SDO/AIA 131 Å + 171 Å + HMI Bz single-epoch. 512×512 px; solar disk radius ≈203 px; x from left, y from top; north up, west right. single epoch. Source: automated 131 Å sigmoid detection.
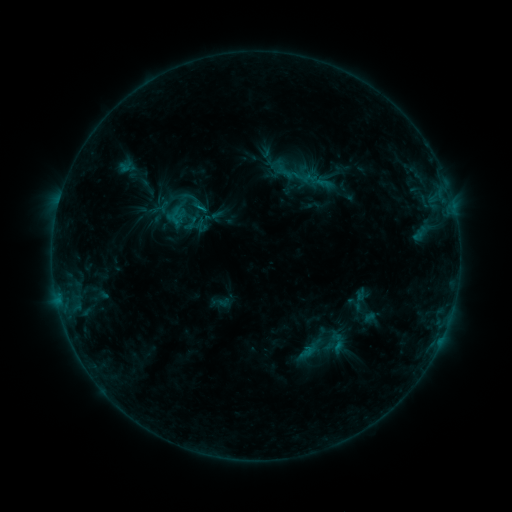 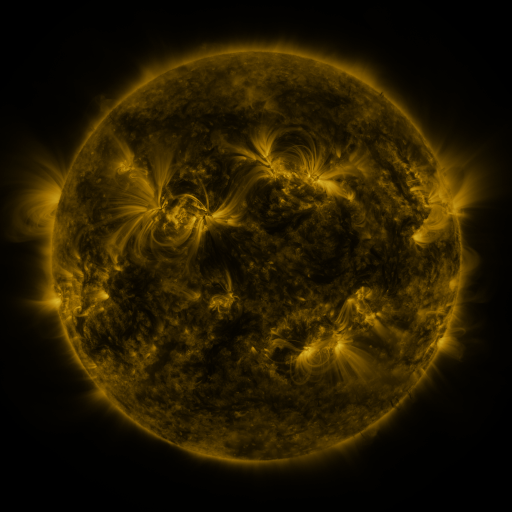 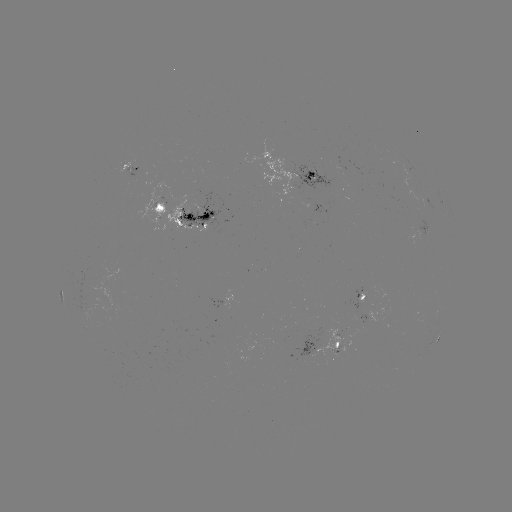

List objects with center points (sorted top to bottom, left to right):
sigmoid: <bbox>324, 328, 350, 356</bbox>
